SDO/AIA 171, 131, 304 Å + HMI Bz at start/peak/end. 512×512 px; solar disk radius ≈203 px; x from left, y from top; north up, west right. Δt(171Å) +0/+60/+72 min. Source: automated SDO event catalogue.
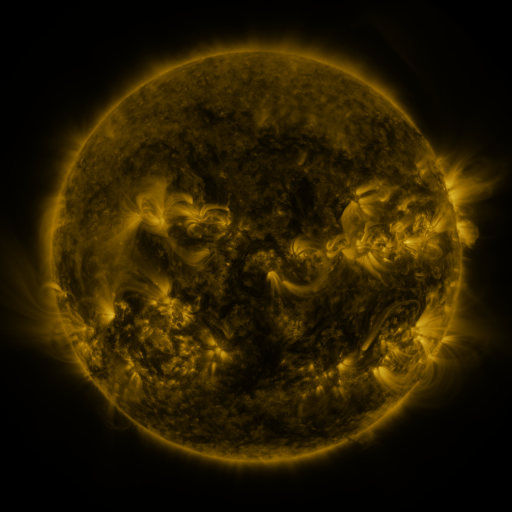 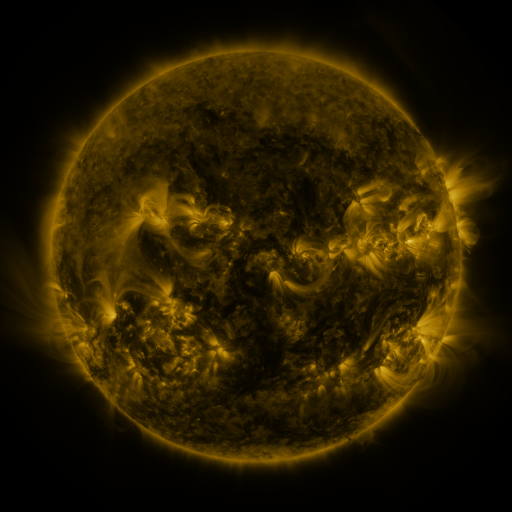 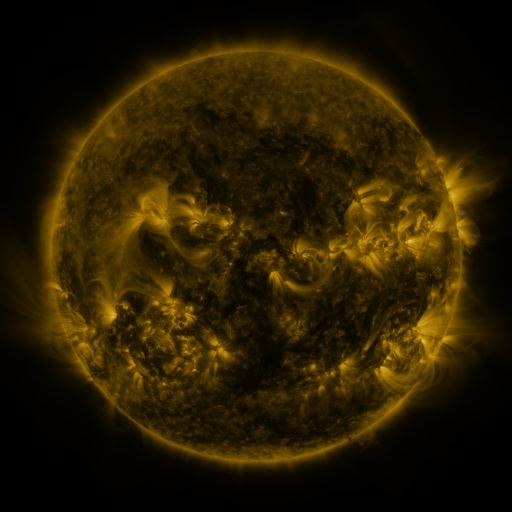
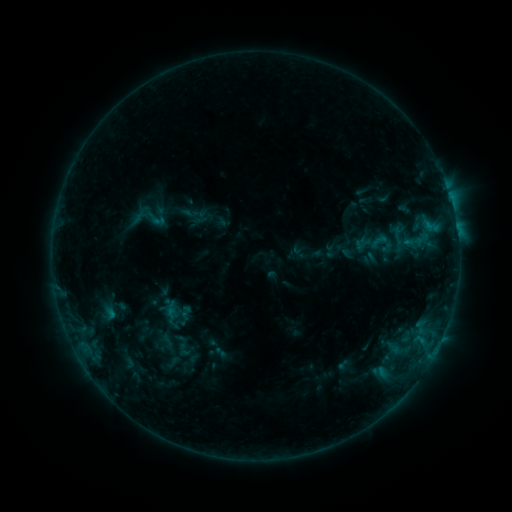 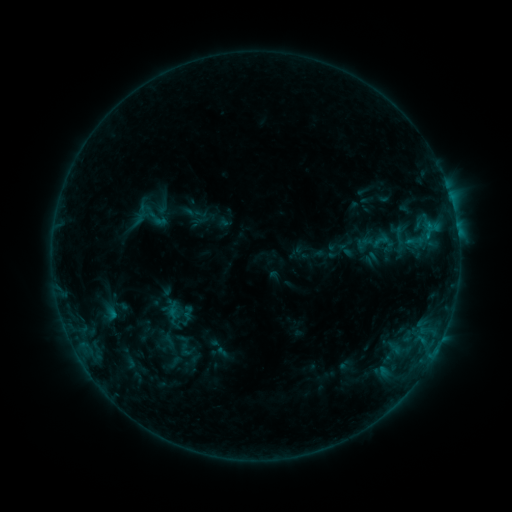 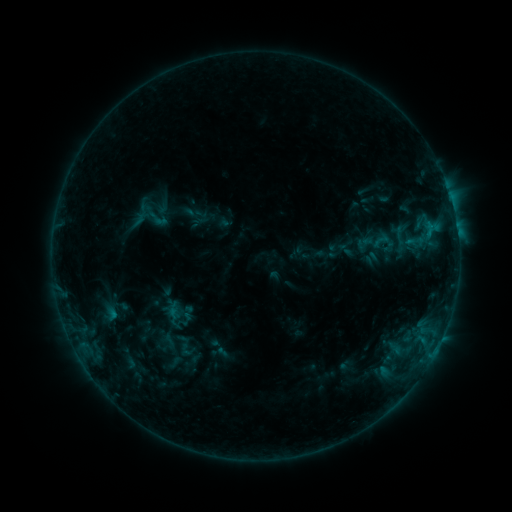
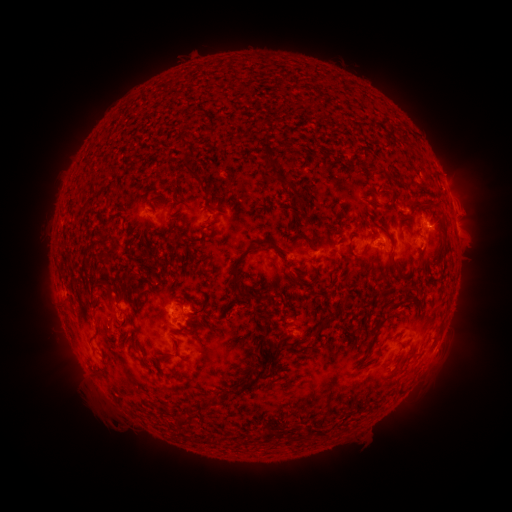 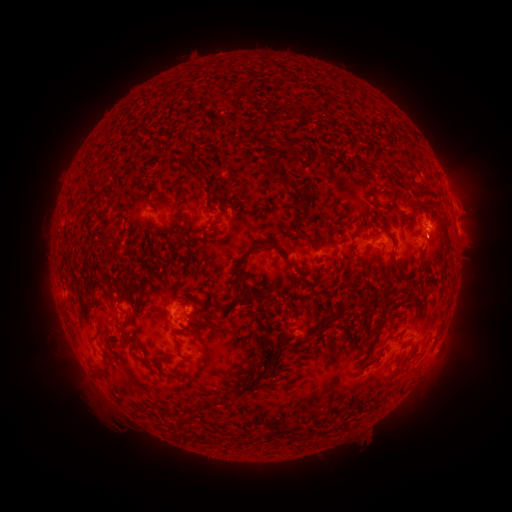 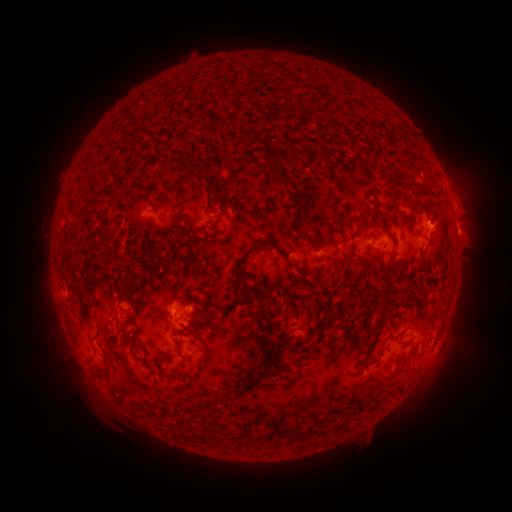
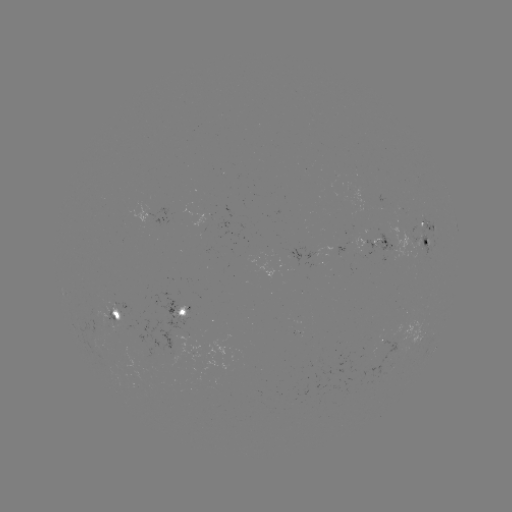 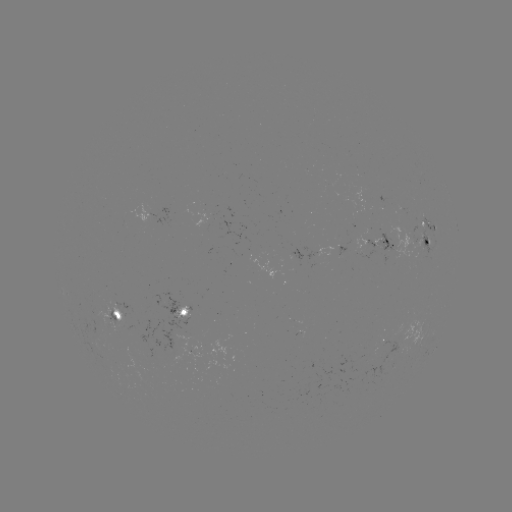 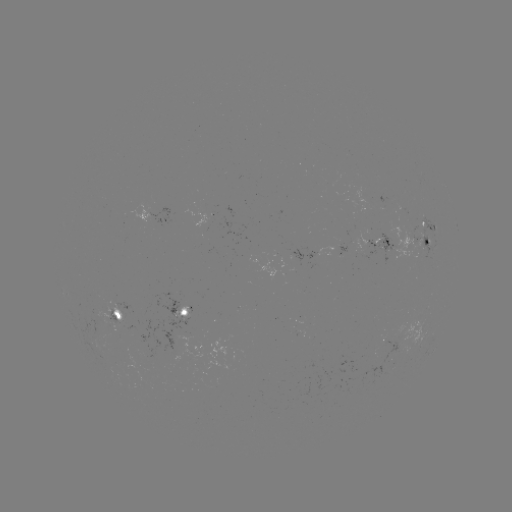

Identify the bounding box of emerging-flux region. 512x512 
[282, 248, 315, 266].